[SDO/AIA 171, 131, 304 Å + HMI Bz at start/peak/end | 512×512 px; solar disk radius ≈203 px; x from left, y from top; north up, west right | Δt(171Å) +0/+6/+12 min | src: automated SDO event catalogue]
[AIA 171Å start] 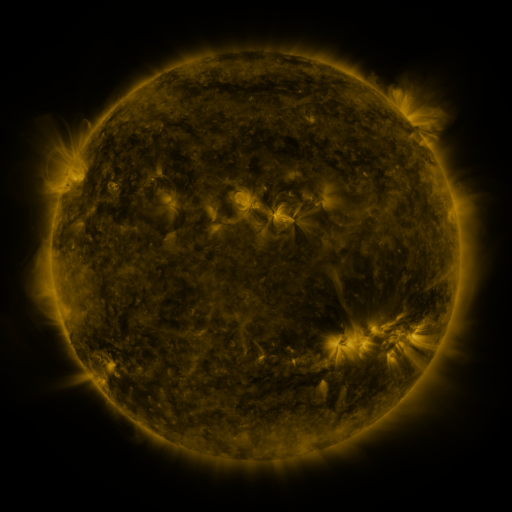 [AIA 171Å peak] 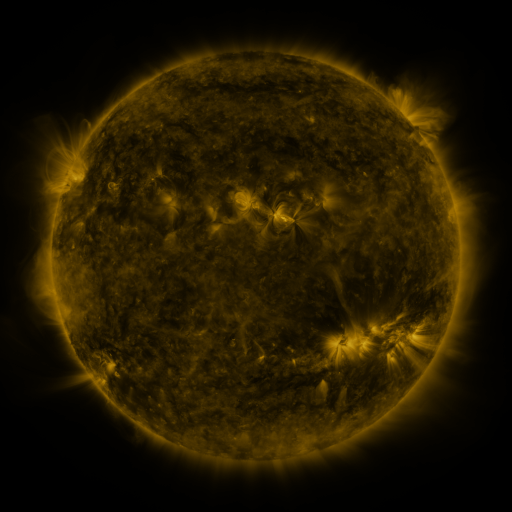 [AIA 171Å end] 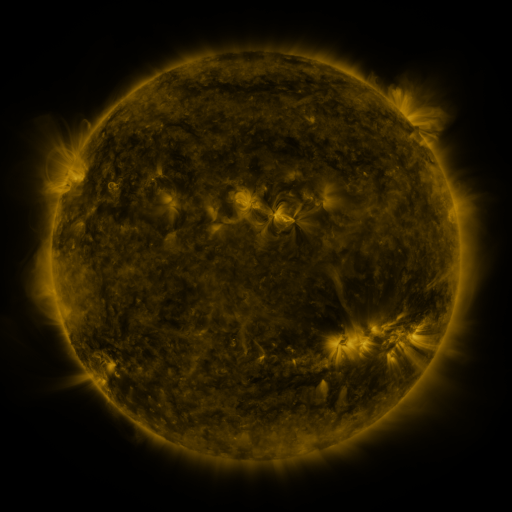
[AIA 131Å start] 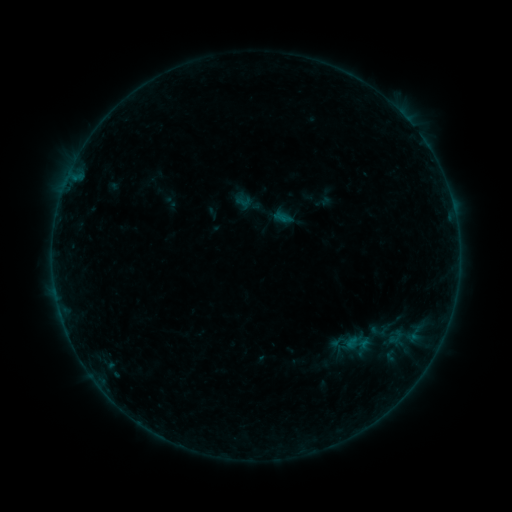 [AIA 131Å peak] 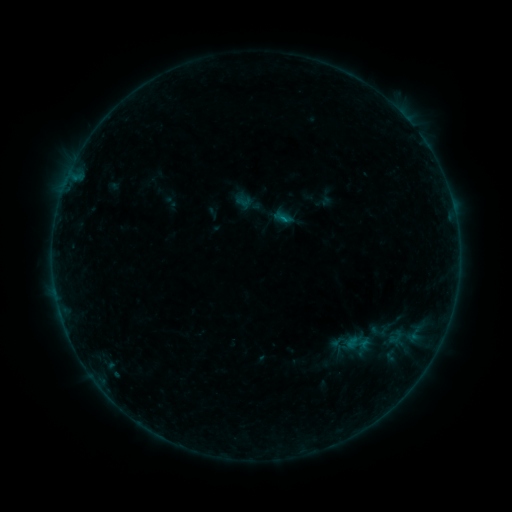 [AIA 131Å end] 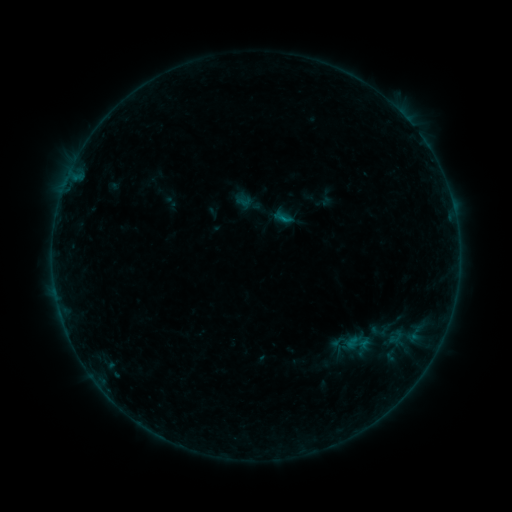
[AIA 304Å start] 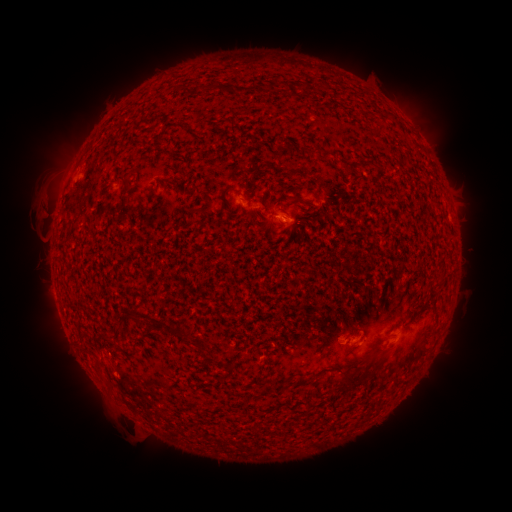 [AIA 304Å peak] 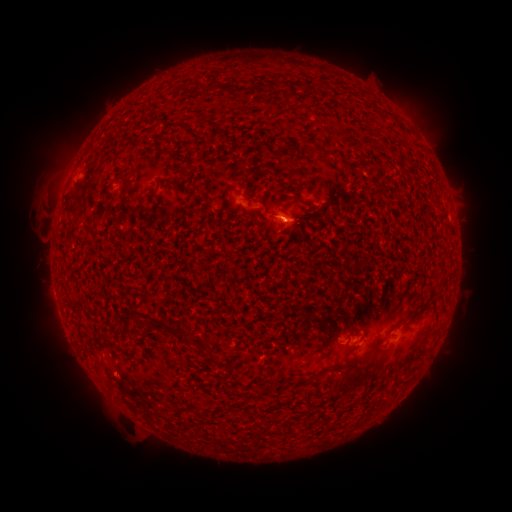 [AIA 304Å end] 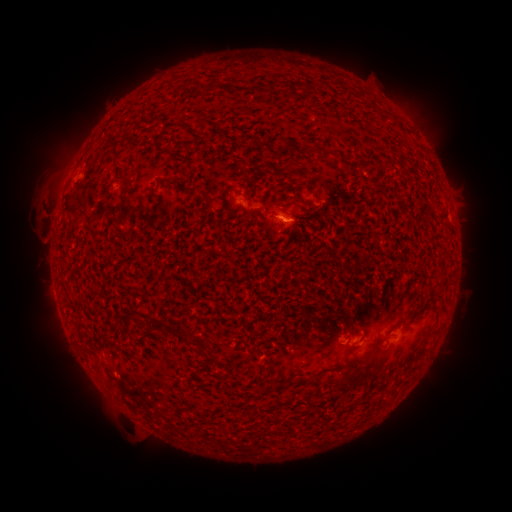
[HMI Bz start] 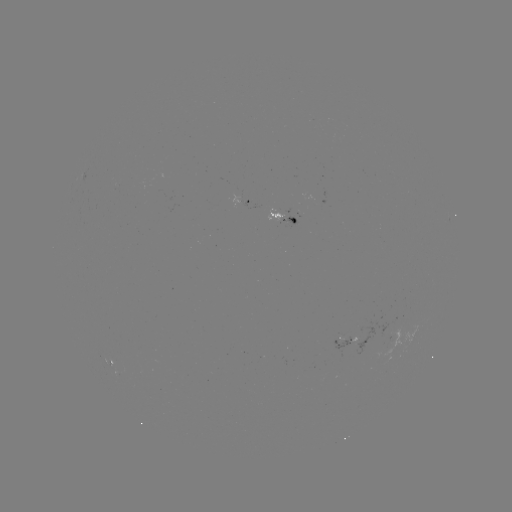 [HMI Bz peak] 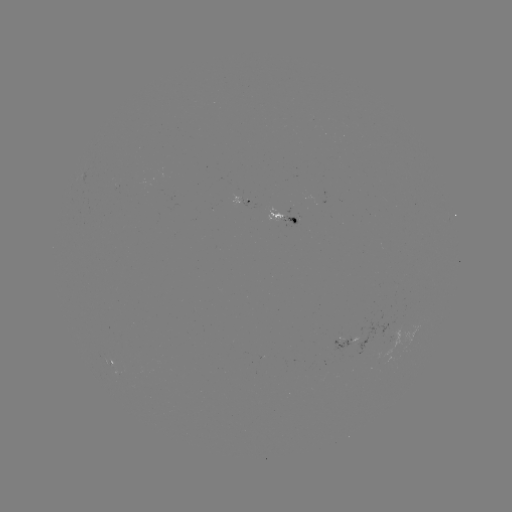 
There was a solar flare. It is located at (280, 220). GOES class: B2.2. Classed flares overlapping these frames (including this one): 1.